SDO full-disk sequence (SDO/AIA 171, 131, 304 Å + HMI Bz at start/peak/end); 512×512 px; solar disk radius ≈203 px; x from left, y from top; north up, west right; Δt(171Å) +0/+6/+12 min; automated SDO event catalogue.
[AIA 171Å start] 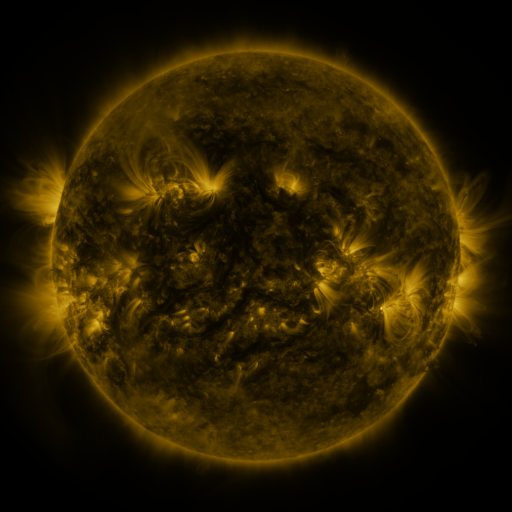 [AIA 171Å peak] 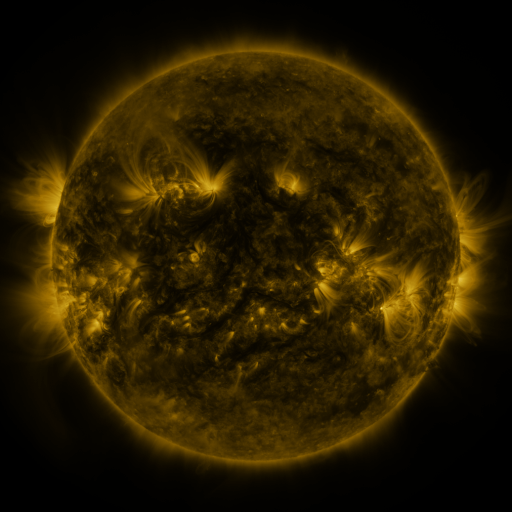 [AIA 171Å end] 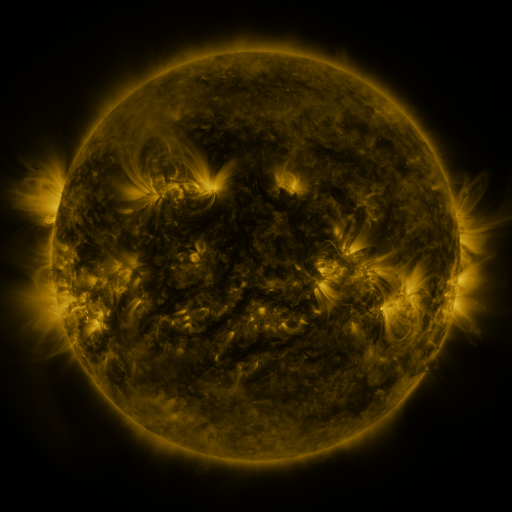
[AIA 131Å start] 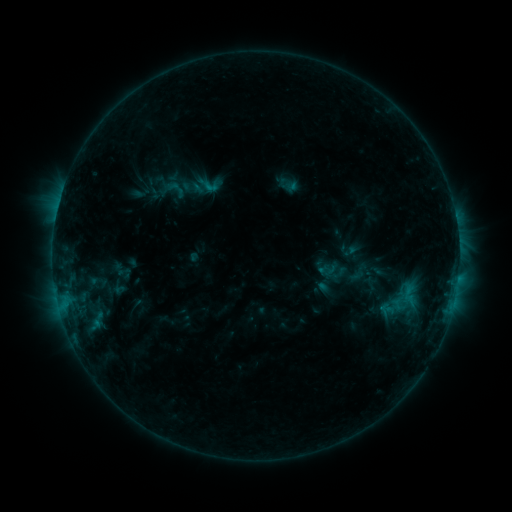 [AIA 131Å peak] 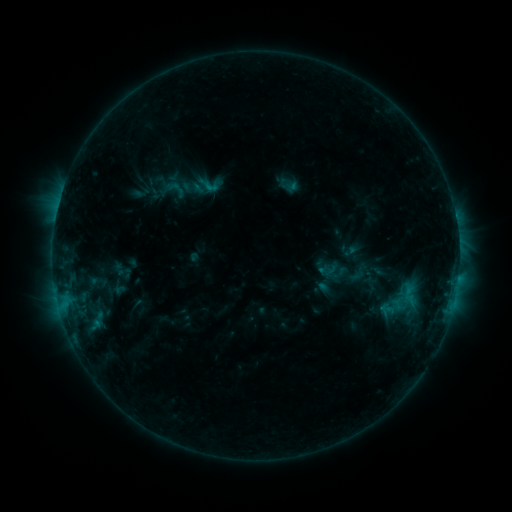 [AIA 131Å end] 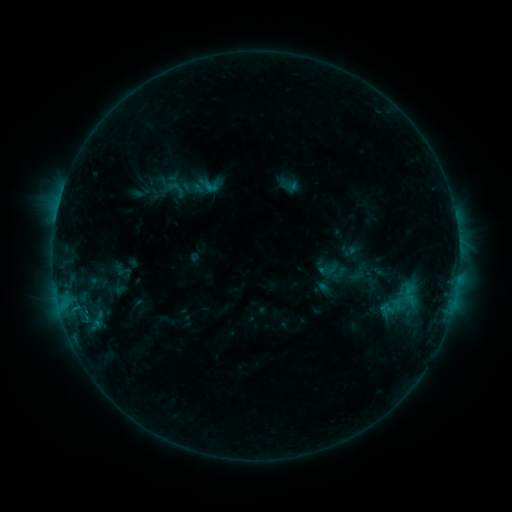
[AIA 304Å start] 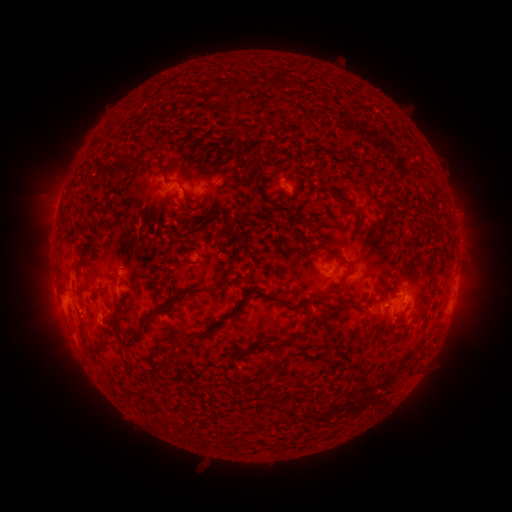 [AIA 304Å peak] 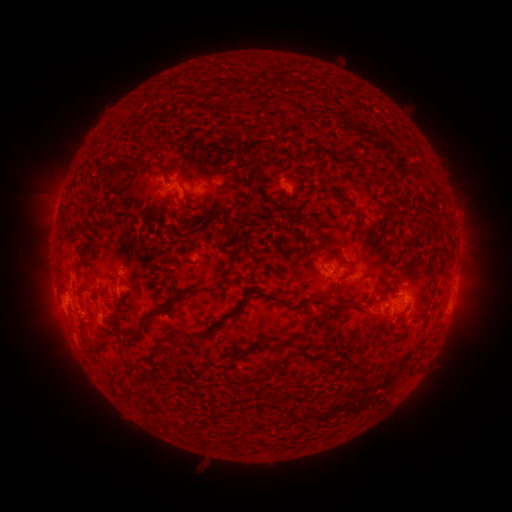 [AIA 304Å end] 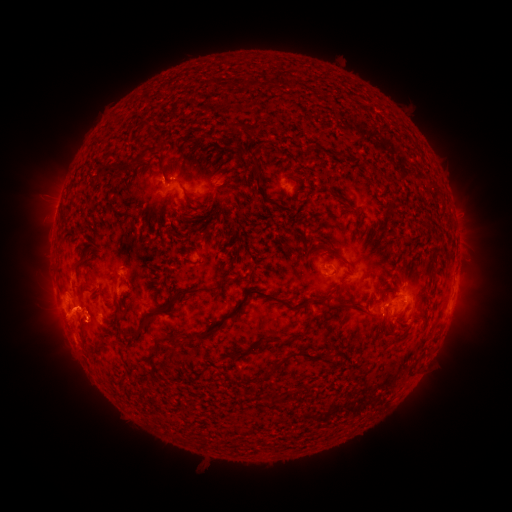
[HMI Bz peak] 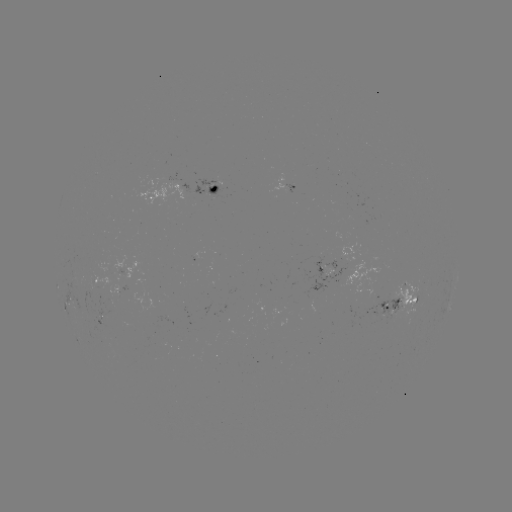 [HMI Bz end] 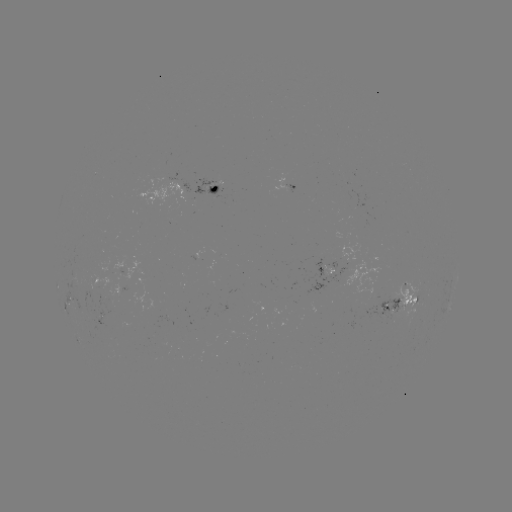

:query eruption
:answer [69, 323]